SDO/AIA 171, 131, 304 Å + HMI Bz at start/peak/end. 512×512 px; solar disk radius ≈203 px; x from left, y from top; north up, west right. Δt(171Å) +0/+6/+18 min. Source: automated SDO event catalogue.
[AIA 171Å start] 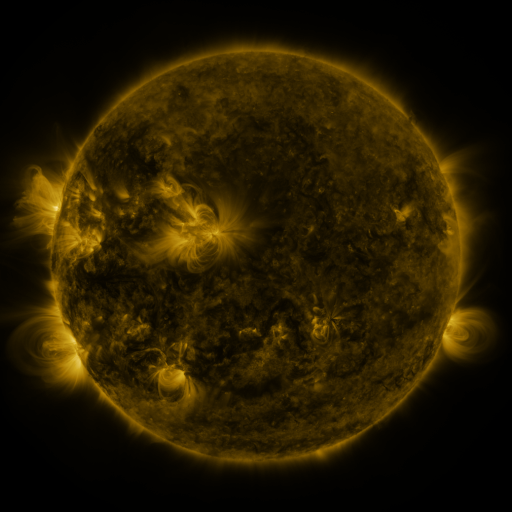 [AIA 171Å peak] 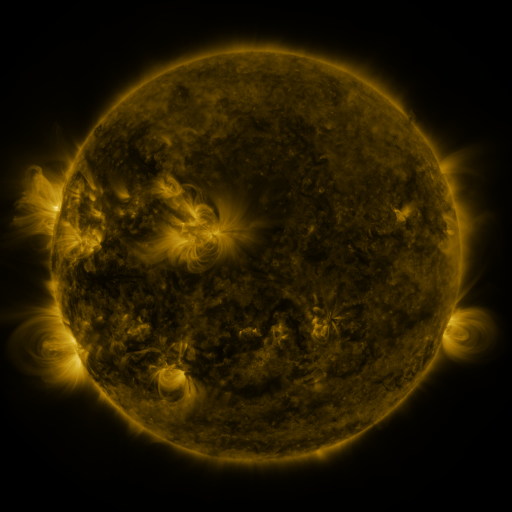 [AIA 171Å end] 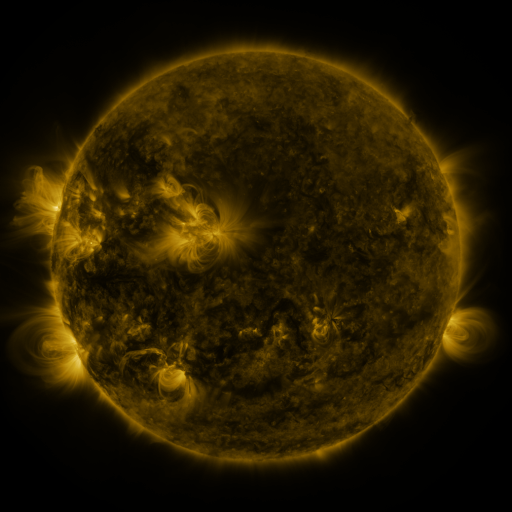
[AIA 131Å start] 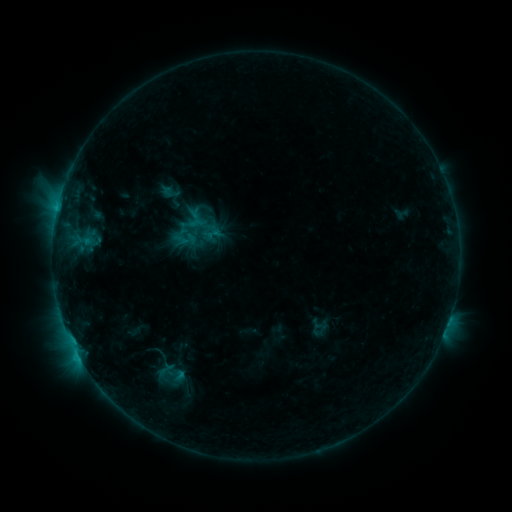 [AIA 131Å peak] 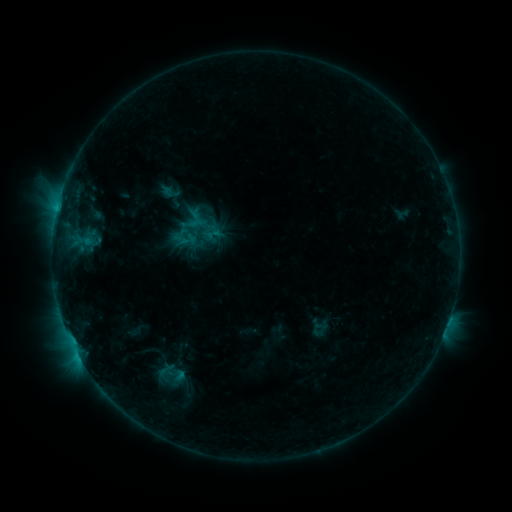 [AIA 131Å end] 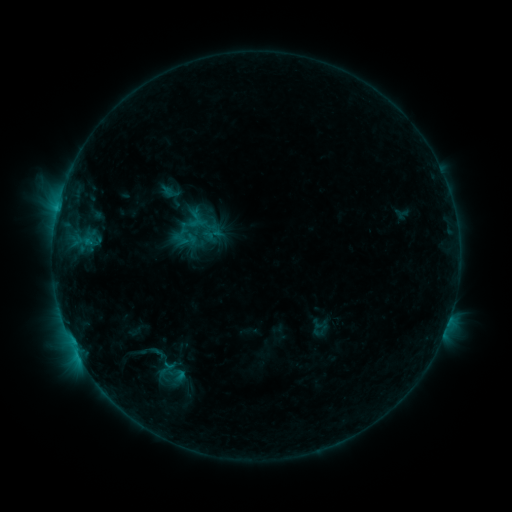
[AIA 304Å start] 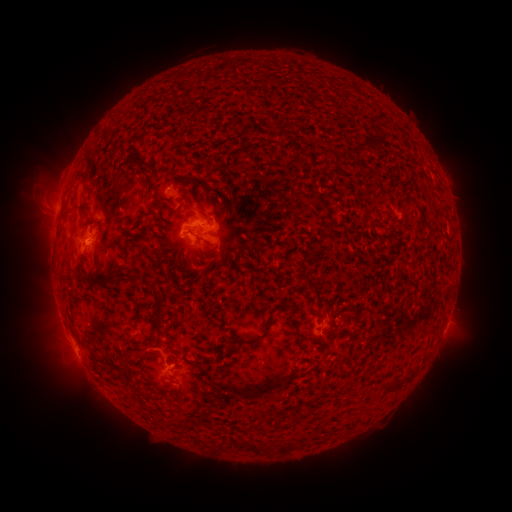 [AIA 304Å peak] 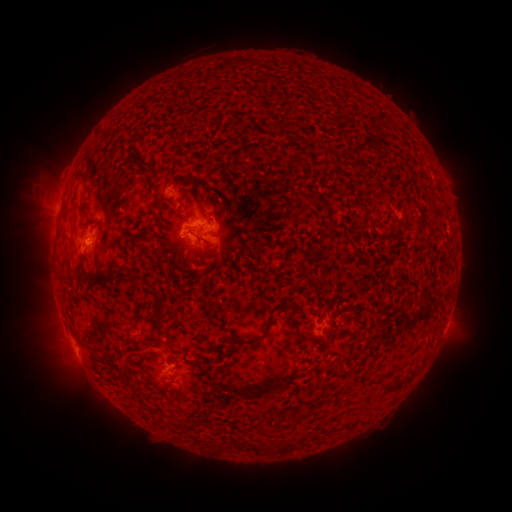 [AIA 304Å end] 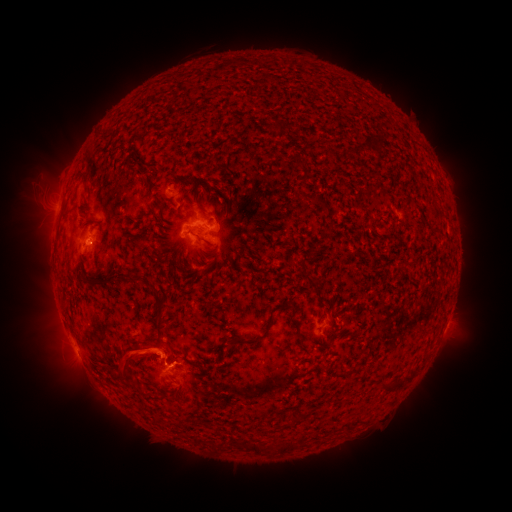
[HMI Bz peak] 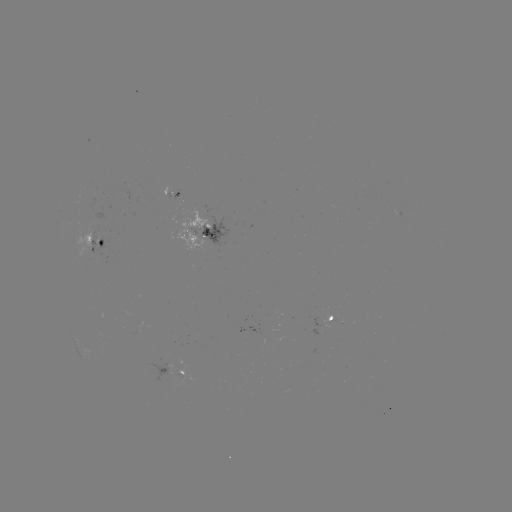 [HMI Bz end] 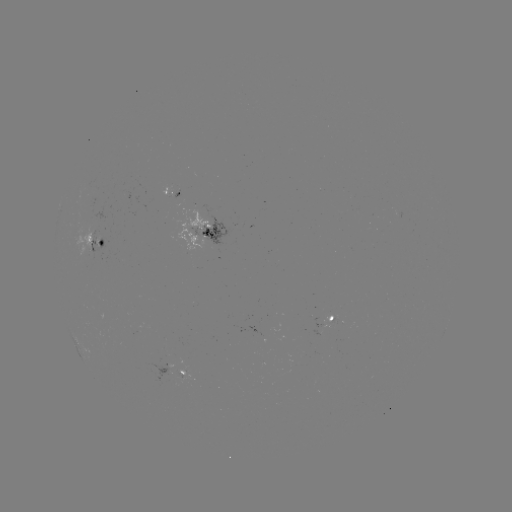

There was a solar eruption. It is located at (143, 354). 